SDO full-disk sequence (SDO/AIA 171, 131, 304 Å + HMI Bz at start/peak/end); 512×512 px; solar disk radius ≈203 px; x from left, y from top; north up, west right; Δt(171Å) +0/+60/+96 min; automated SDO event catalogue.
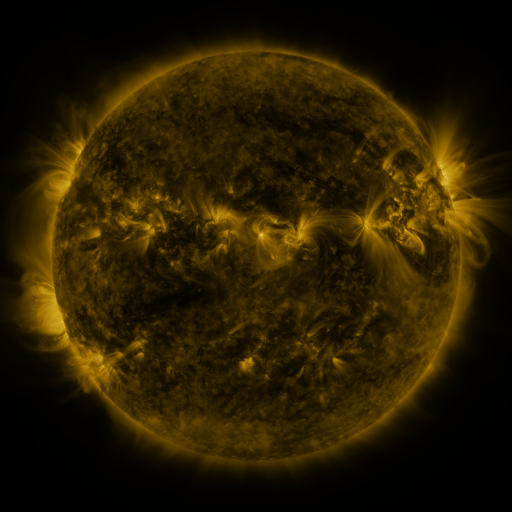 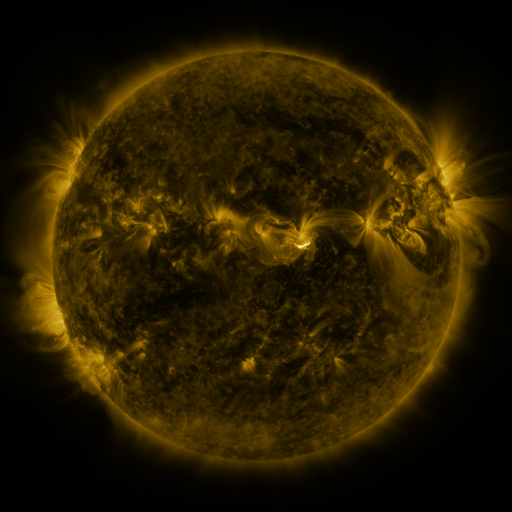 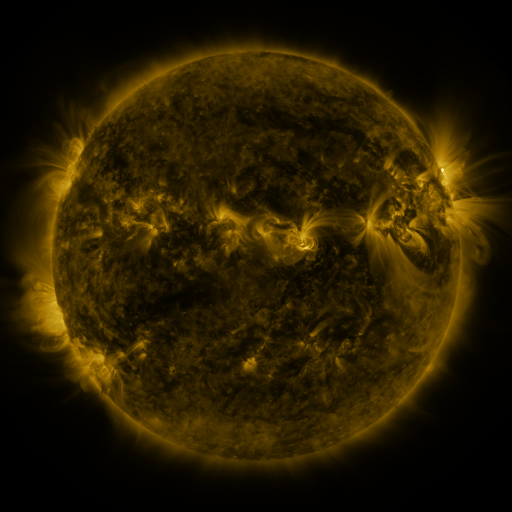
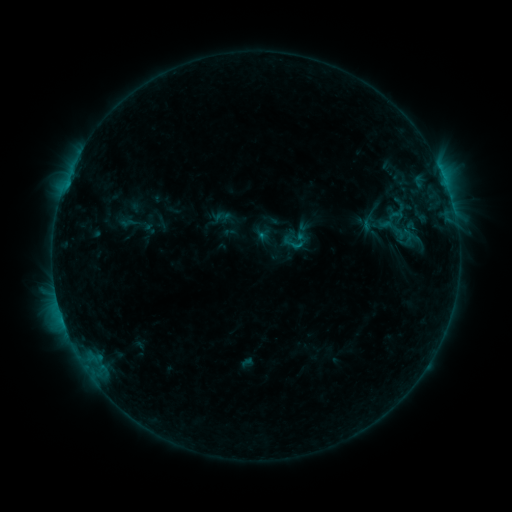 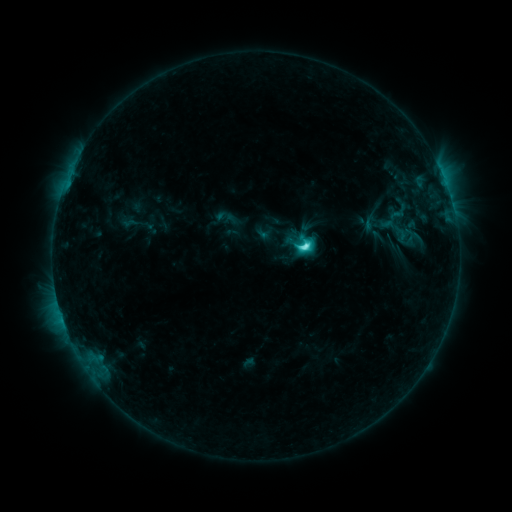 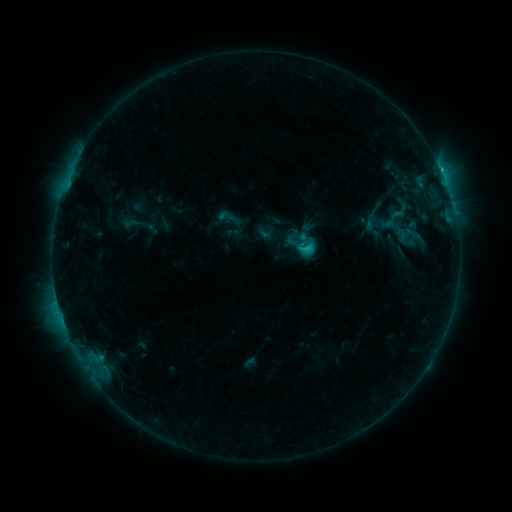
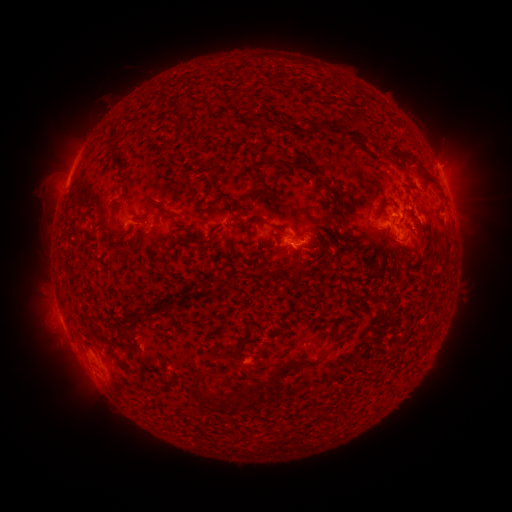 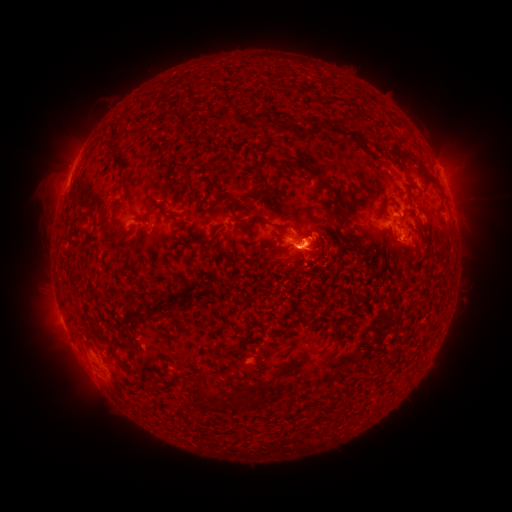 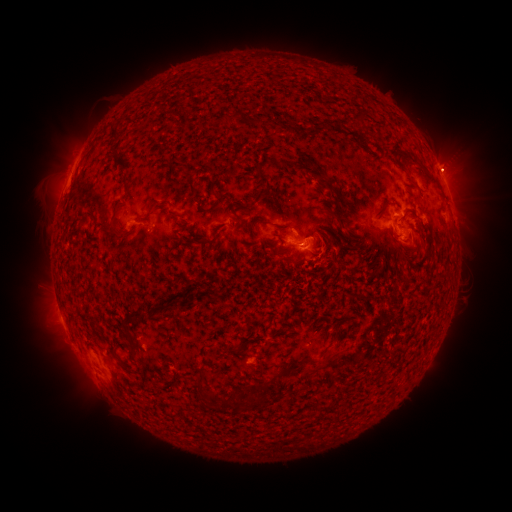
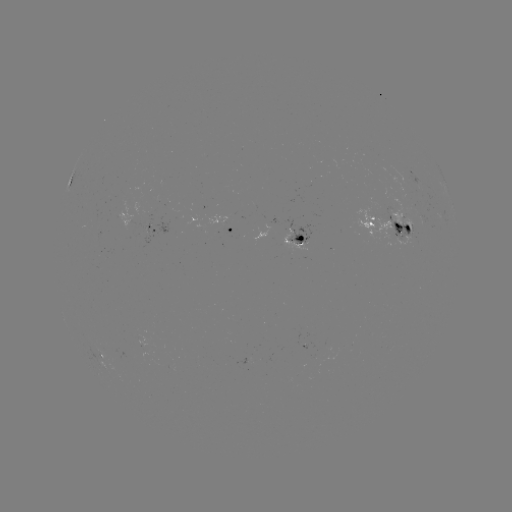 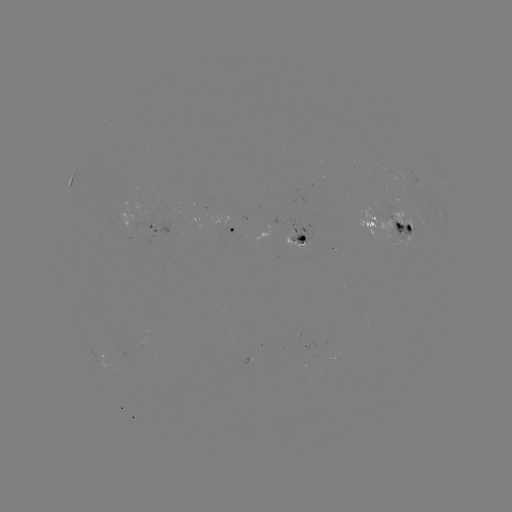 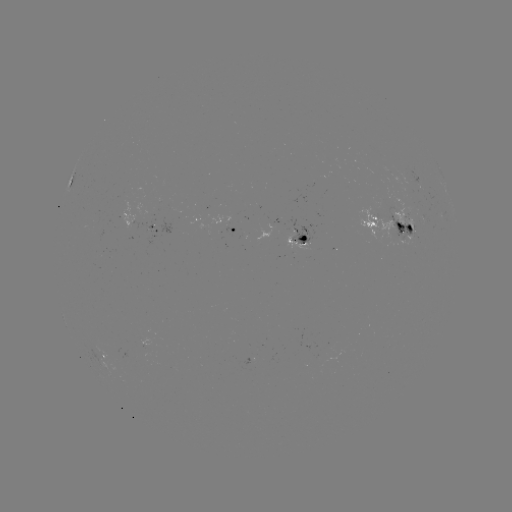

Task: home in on emerging-flux region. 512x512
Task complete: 404,177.